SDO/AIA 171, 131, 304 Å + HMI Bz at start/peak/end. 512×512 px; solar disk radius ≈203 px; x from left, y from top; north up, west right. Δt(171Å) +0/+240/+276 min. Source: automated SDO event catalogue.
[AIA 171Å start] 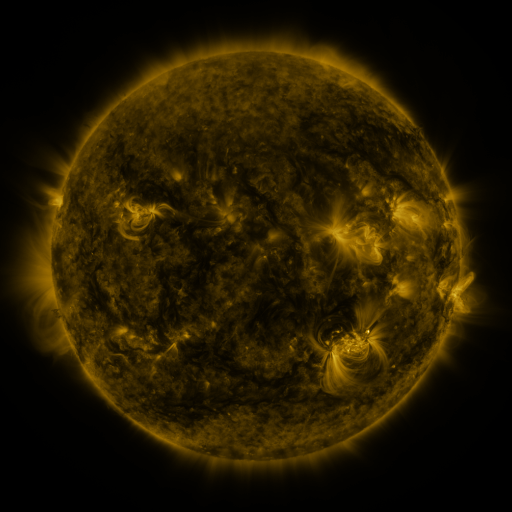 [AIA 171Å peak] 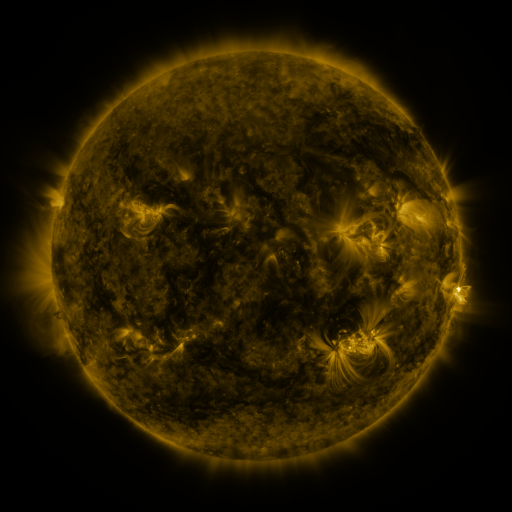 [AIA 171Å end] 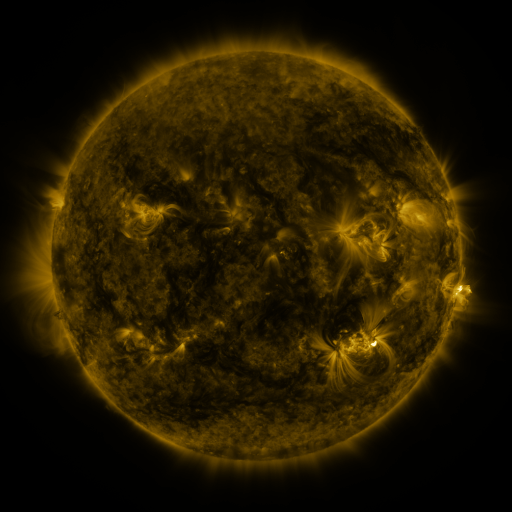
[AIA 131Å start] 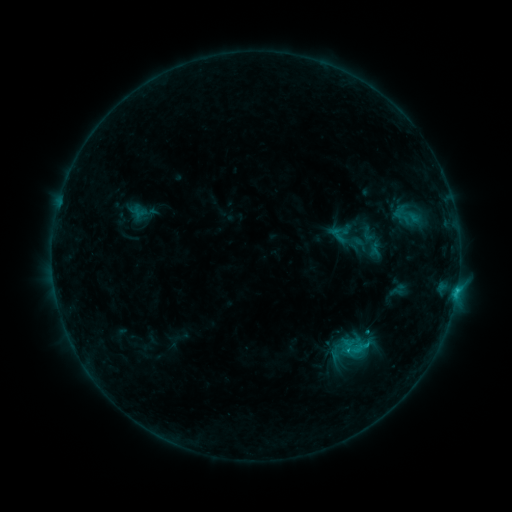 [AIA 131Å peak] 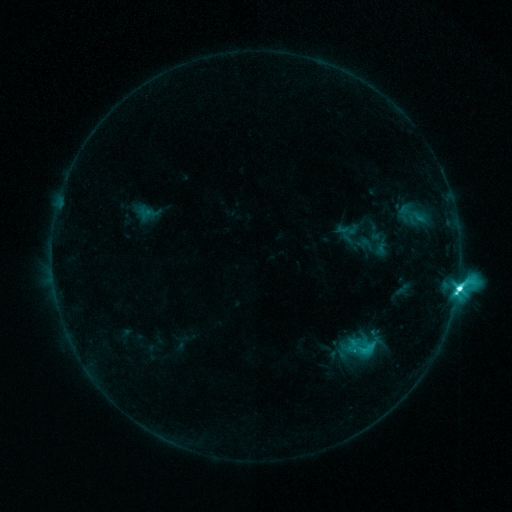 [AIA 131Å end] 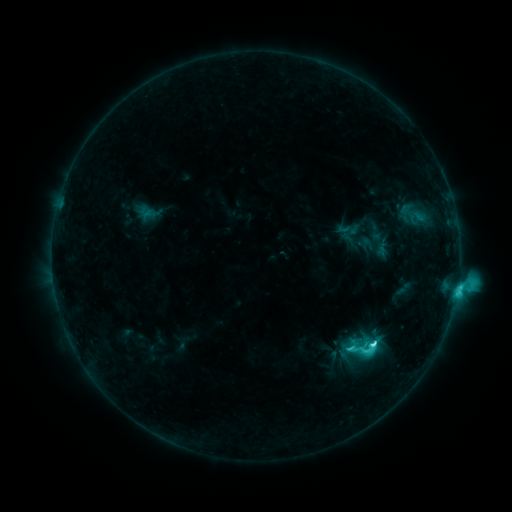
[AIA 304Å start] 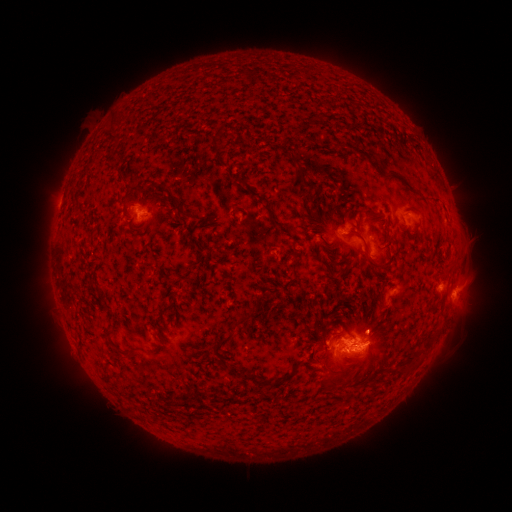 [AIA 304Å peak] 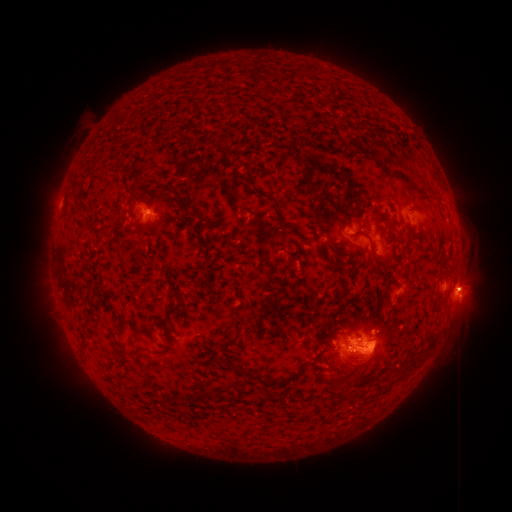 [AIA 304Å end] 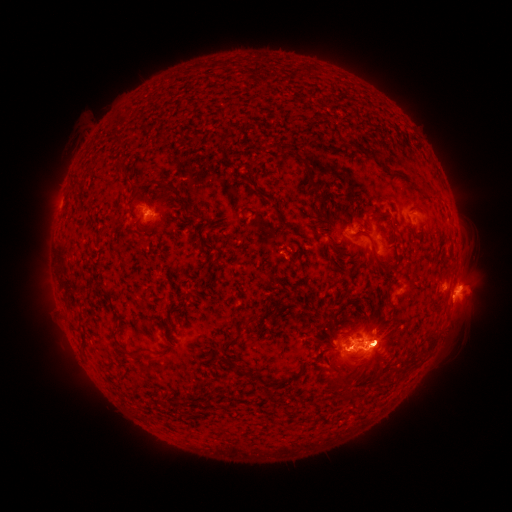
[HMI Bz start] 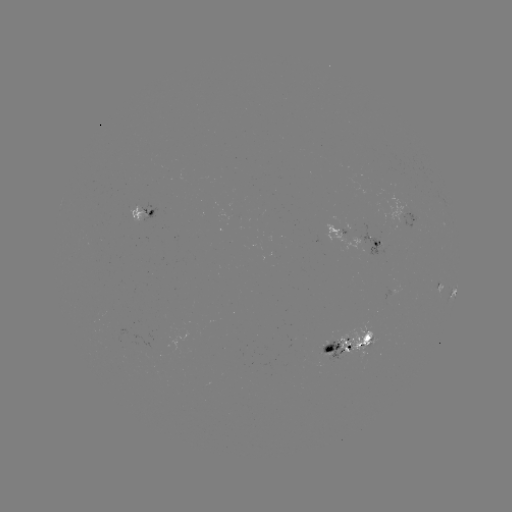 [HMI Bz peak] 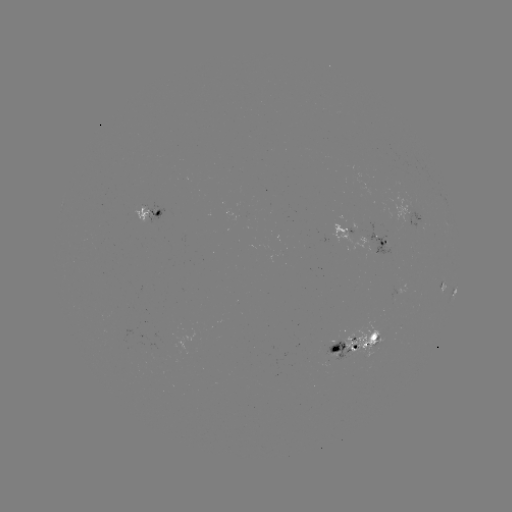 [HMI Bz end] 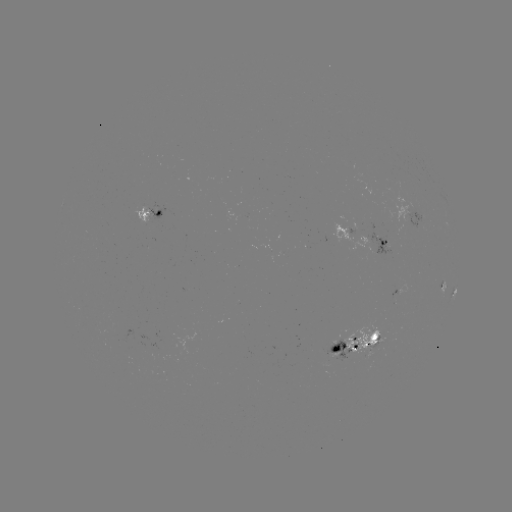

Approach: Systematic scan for emerging-flux region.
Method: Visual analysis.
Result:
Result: emerging-flux region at (341, 352).